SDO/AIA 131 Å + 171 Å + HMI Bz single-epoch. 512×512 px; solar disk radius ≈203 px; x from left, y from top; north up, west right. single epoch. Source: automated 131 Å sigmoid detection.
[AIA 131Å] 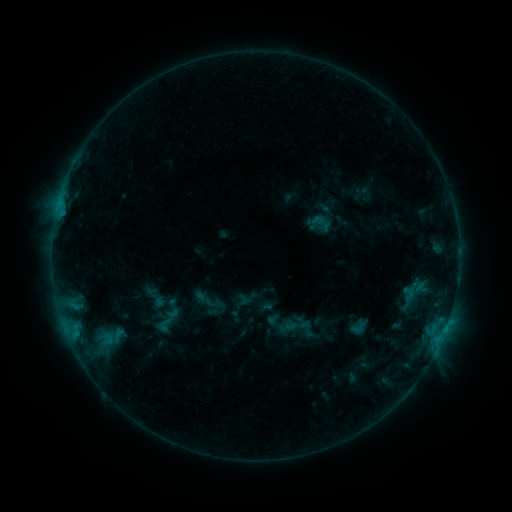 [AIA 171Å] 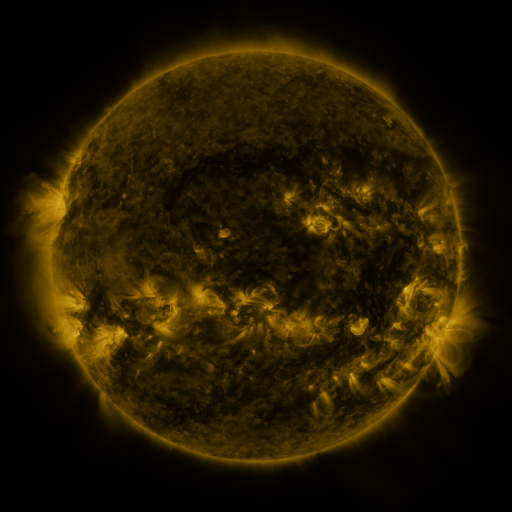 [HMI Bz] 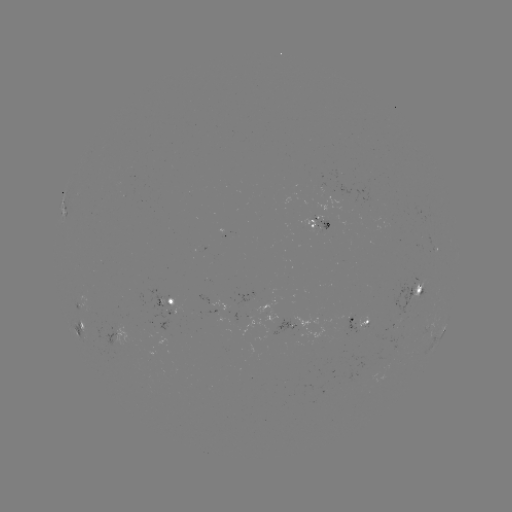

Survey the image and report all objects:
sigmoid: <bbox>307, 211, 336, 236</bbox>
sigmoid: <bbox>151, 302, 185, 335</bbox>
